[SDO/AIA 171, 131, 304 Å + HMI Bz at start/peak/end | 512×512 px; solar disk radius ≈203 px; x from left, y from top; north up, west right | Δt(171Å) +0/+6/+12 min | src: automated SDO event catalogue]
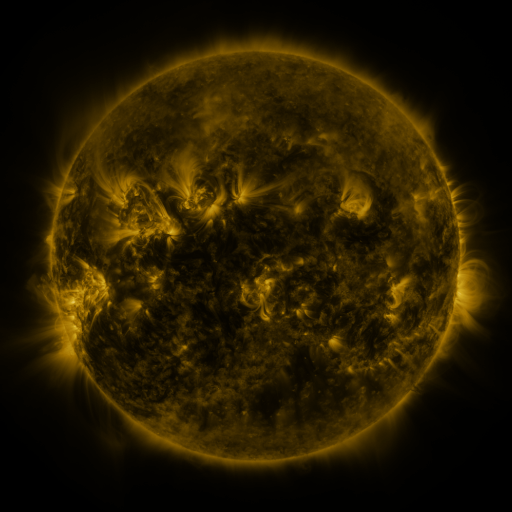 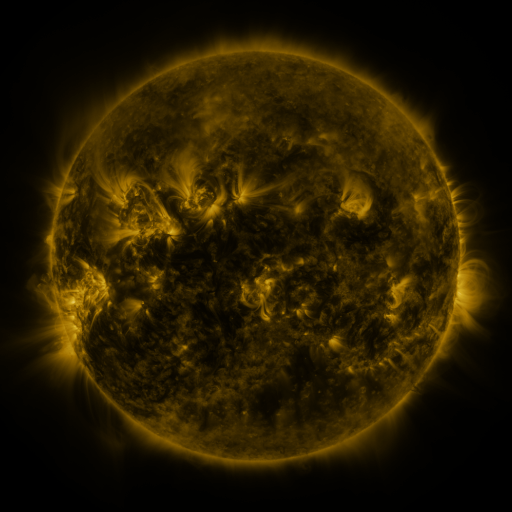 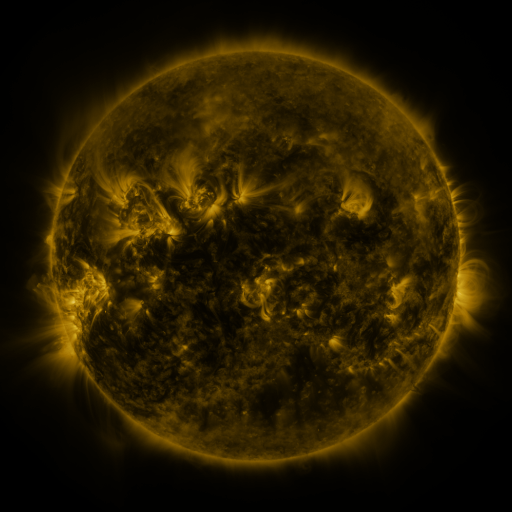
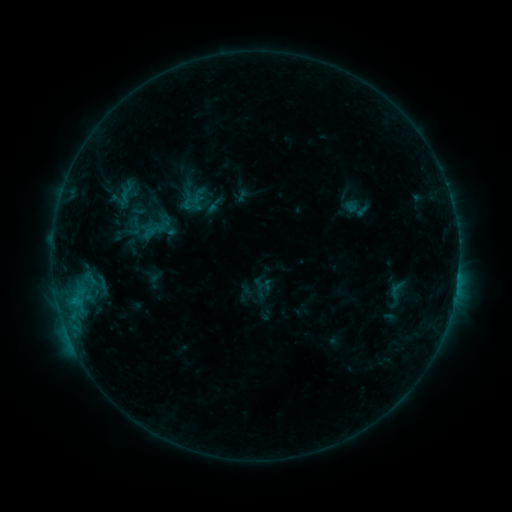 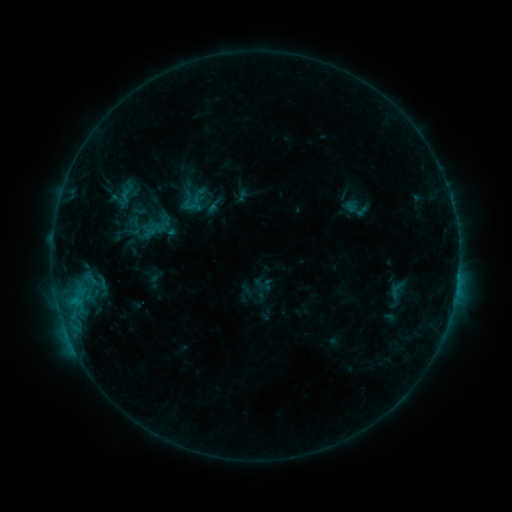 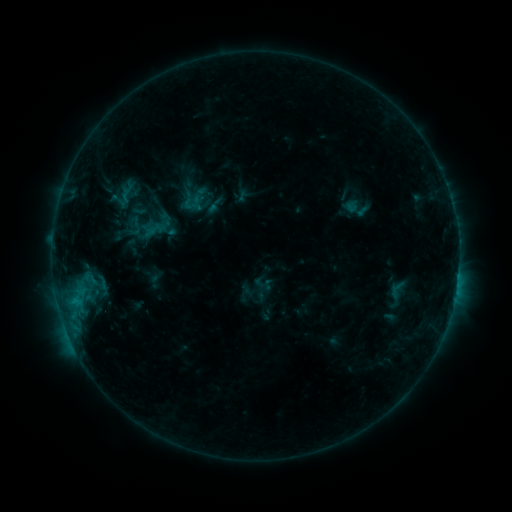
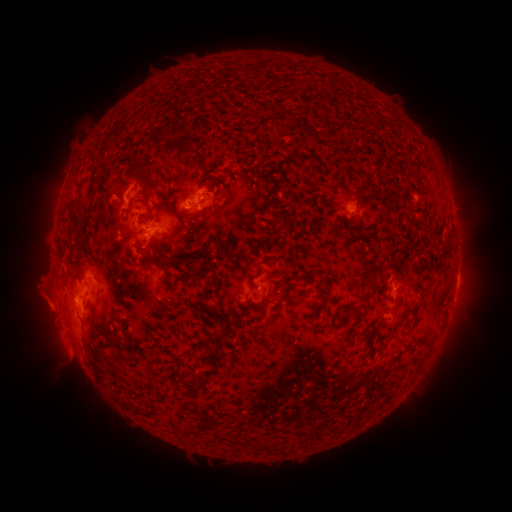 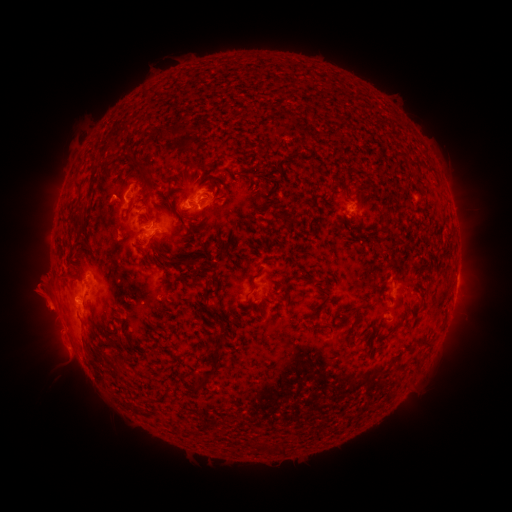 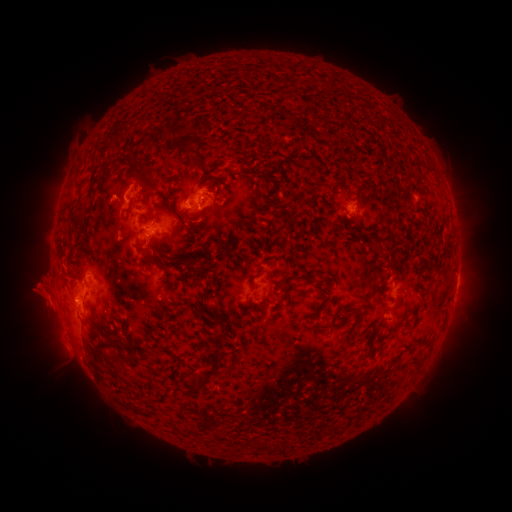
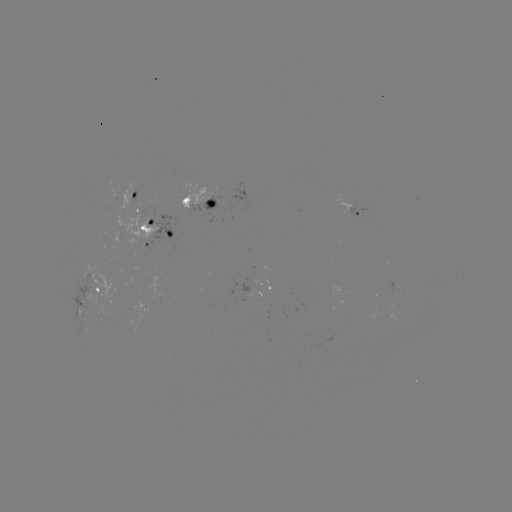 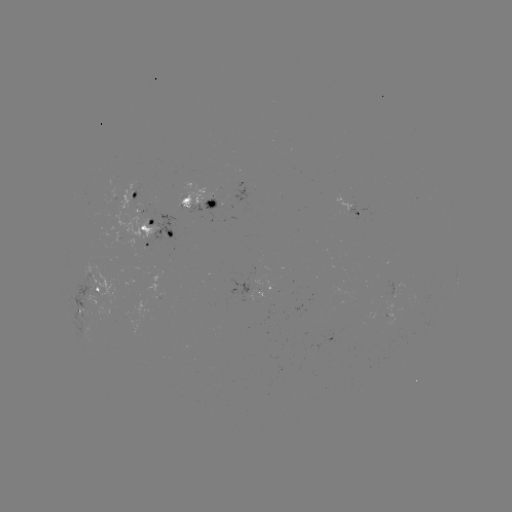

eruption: <bbox>18, 275, 71, 337</bbox>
